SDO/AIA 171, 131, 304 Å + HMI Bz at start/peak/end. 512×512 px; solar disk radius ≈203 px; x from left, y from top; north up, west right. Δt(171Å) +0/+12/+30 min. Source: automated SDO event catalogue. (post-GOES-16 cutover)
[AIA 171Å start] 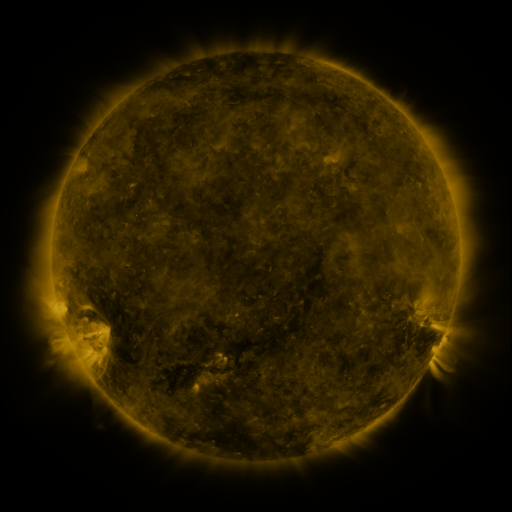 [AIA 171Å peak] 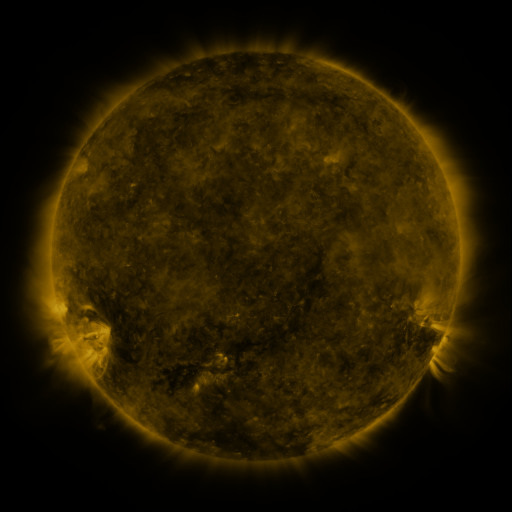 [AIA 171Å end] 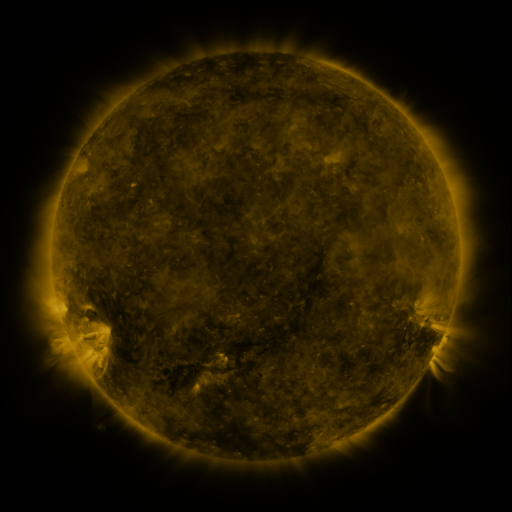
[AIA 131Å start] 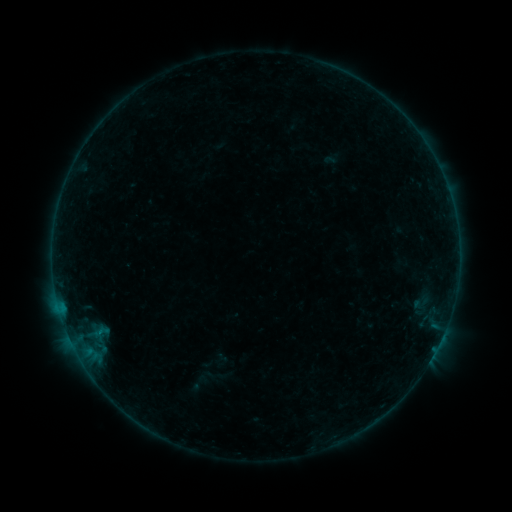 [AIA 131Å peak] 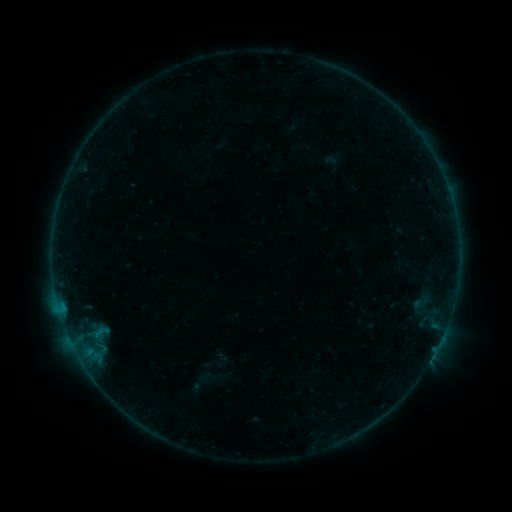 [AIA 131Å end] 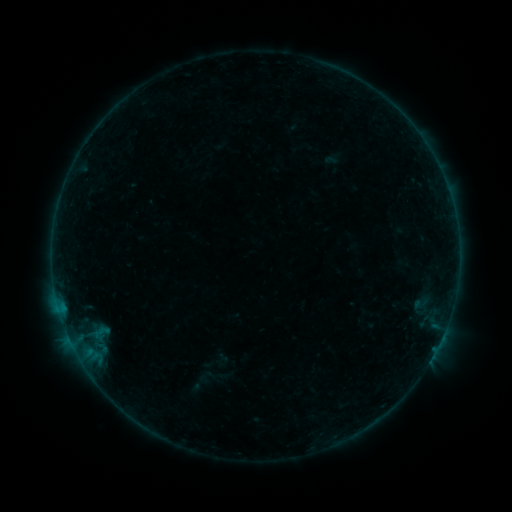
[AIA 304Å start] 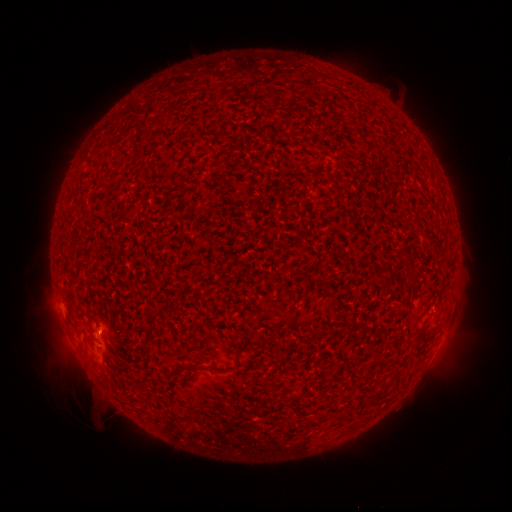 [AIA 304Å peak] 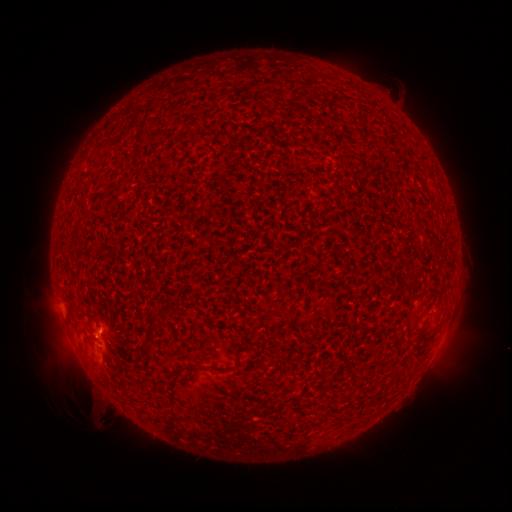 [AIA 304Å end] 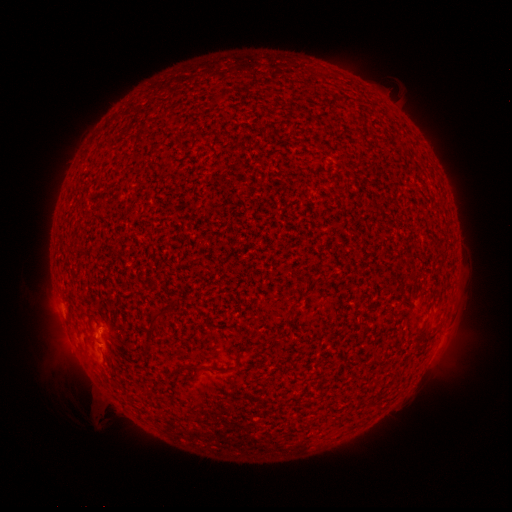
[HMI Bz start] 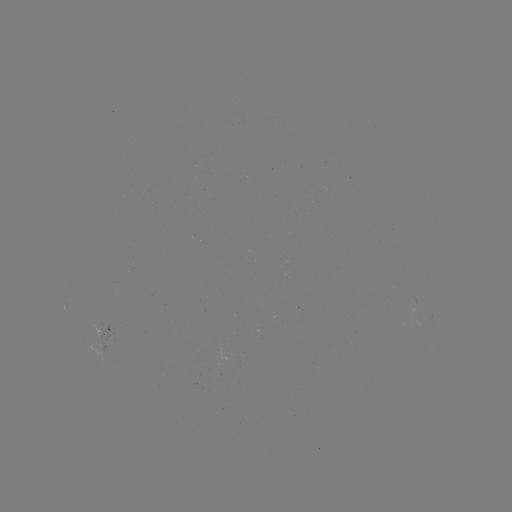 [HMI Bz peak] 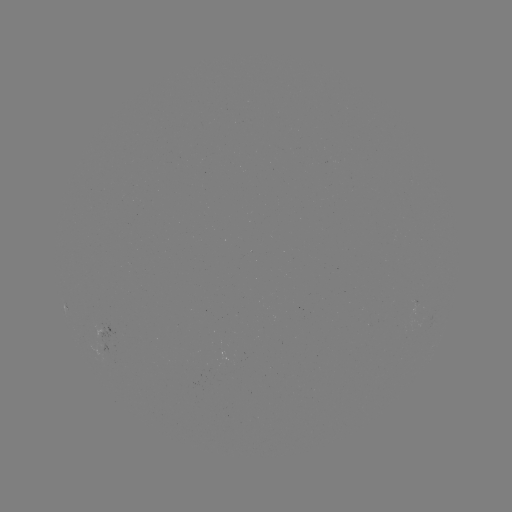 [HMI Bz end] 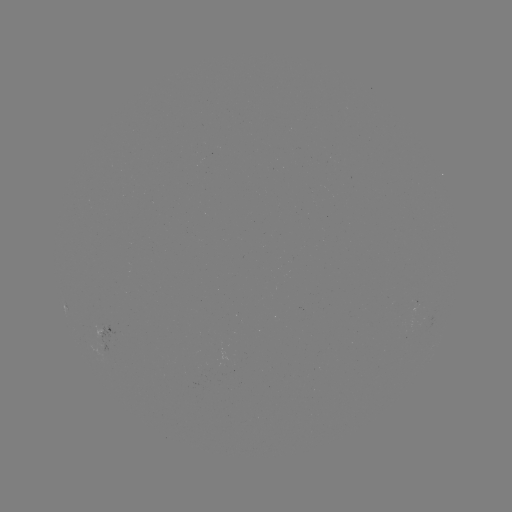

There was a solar flare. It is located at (97, 334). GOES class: B1.1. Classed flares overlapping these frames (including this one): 1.